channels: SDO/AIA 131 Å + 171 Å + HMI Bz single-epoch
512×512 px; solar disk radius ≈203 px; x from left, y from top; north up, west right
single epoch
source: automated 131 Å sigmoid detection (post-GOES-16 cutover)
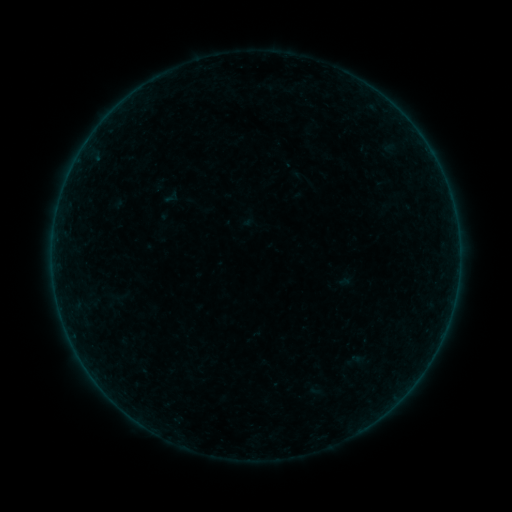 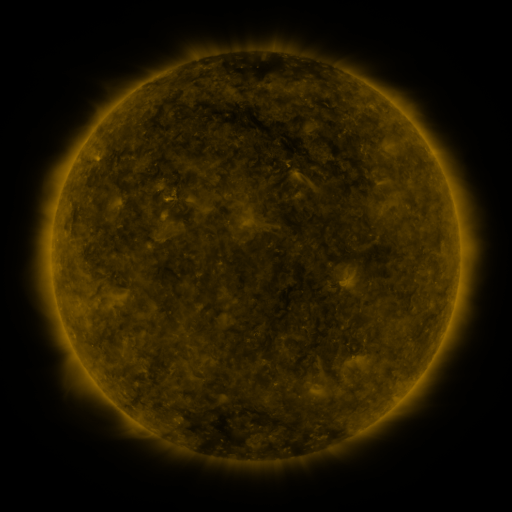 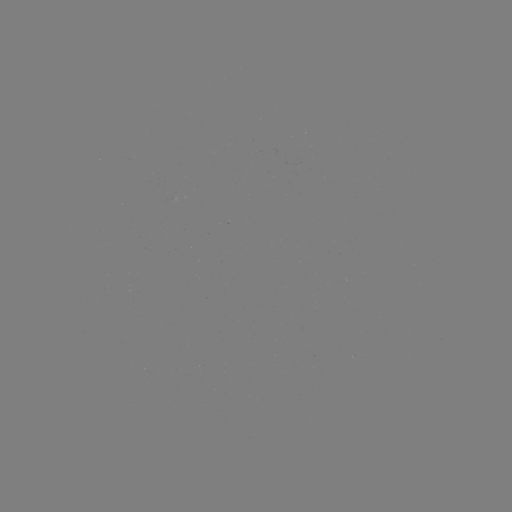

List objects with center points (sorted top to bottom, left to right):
sigmoid: [163, 189, 179, 206]
